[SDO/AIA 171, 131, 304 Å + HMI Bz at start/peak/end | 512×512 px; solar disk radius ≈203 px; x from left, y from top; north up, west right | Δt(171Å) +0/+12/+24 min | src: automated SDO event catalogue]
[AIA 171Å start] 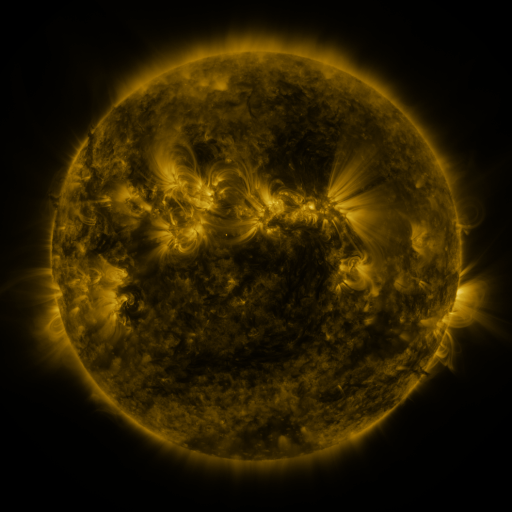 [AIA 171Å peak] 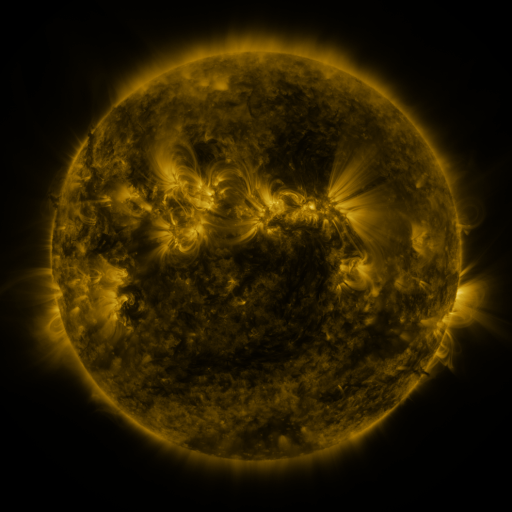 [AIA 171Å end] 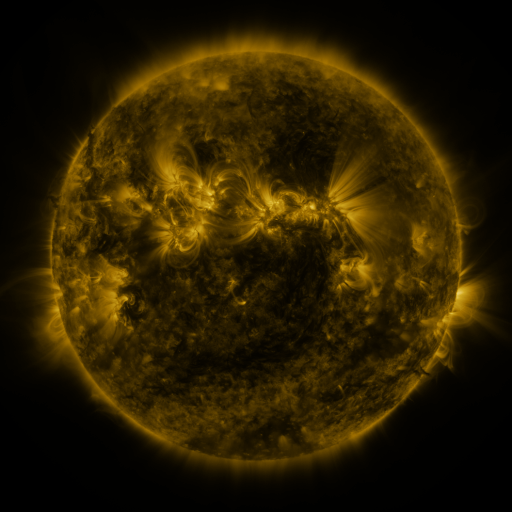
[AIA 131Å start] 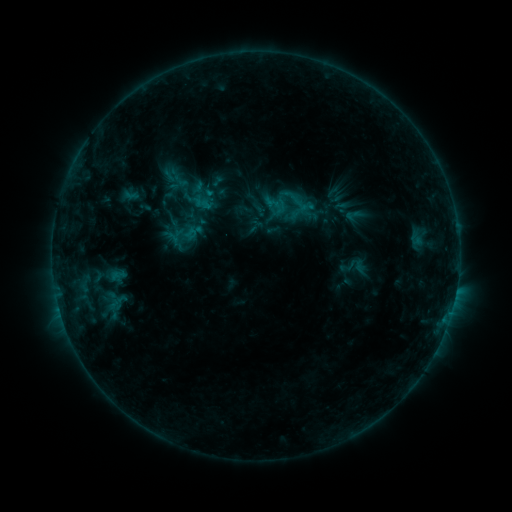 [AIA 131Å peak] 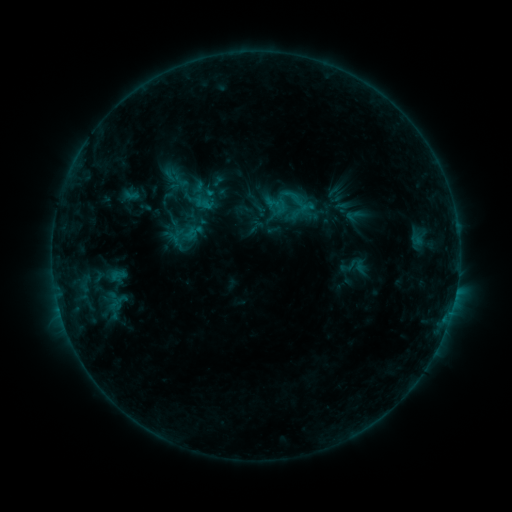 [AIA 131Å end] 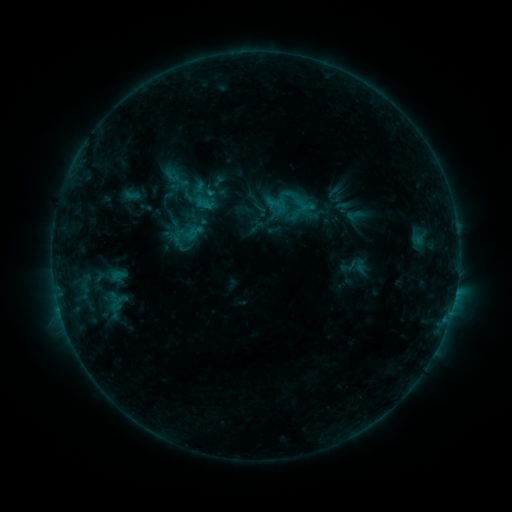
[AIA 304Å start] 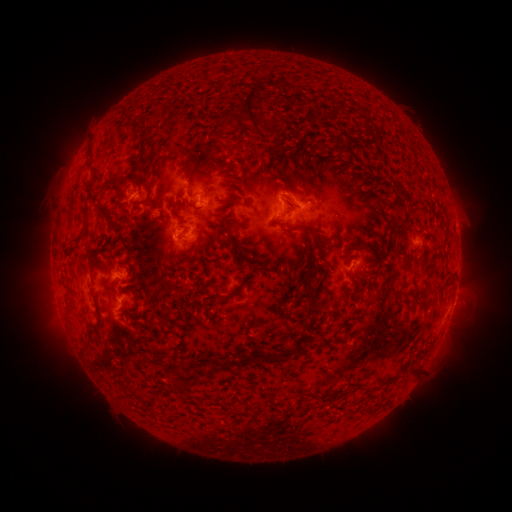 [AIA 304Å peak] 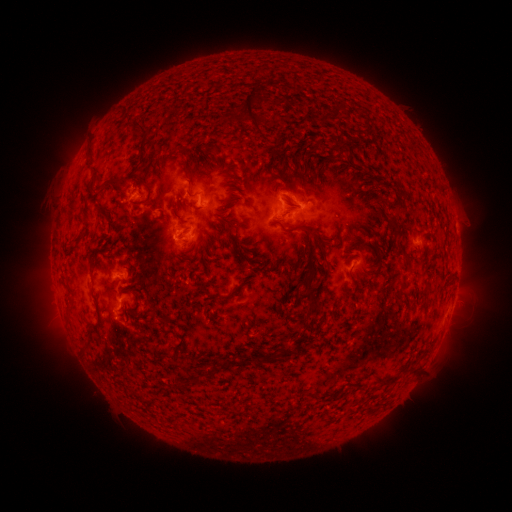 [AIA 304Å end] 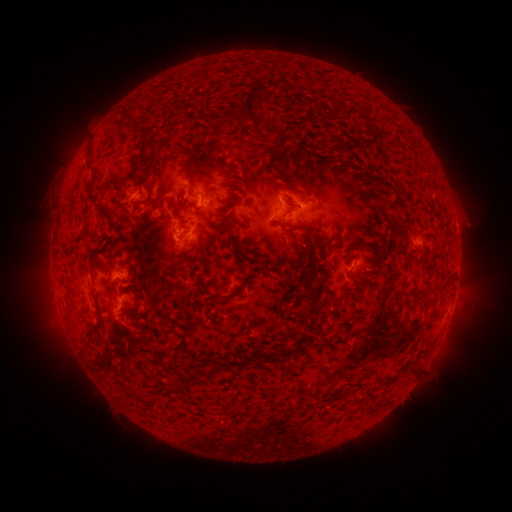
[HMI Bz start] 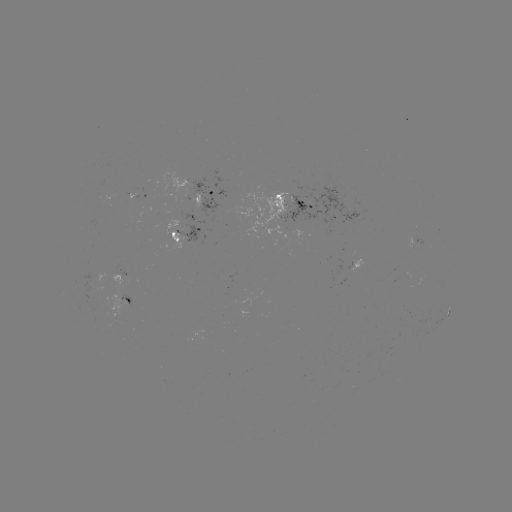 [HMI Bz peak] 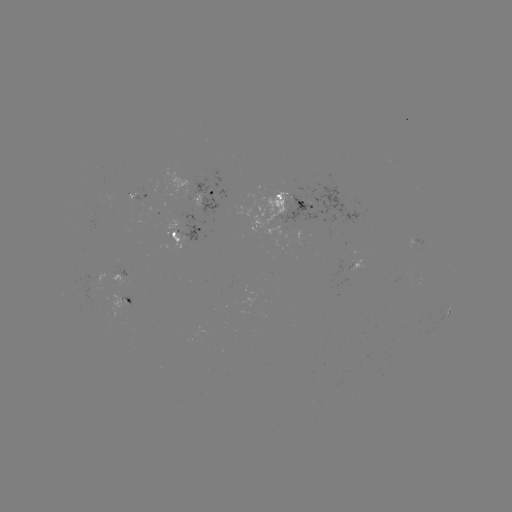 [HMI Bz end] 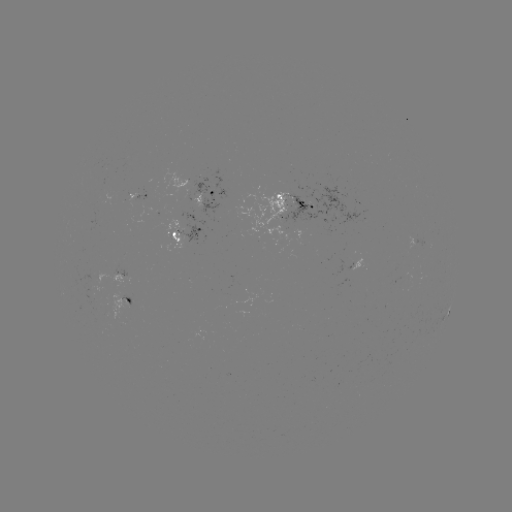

no flare in any classed list; no EUV-trigger detection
